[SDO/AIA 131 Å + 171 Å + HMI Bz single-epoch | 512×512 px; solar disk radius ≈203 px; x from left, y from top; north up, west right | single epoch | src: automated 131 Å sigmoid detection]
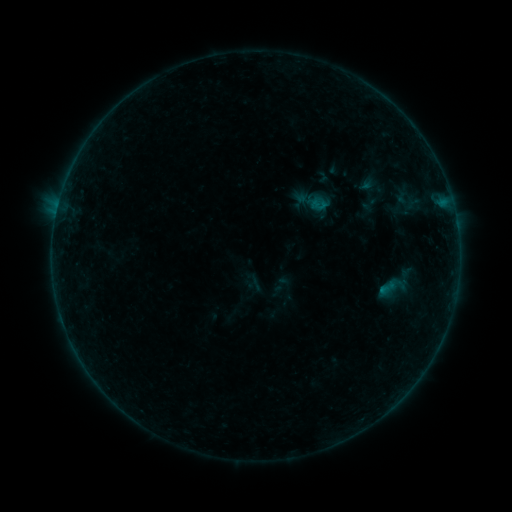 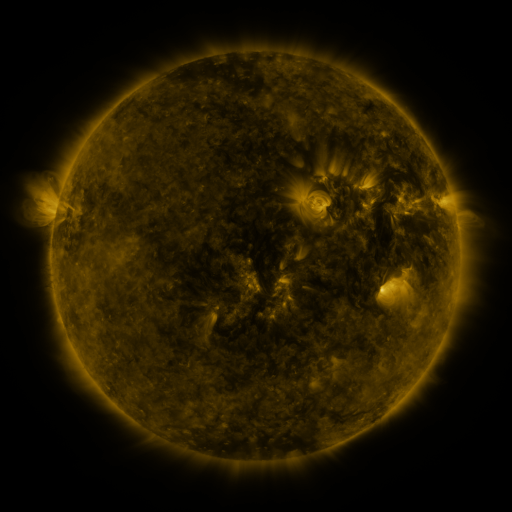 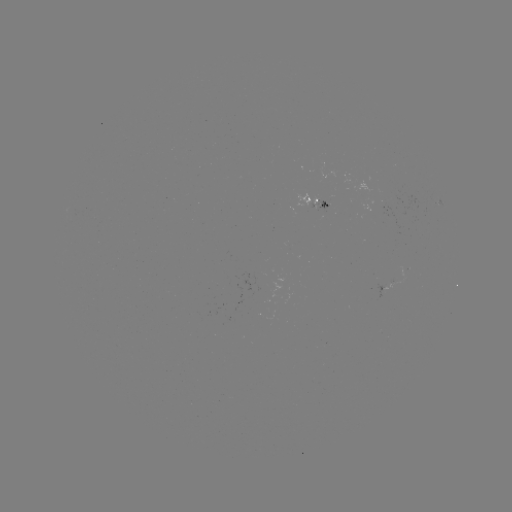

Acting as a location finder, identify sigmoid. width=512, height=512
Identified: (371, 204).